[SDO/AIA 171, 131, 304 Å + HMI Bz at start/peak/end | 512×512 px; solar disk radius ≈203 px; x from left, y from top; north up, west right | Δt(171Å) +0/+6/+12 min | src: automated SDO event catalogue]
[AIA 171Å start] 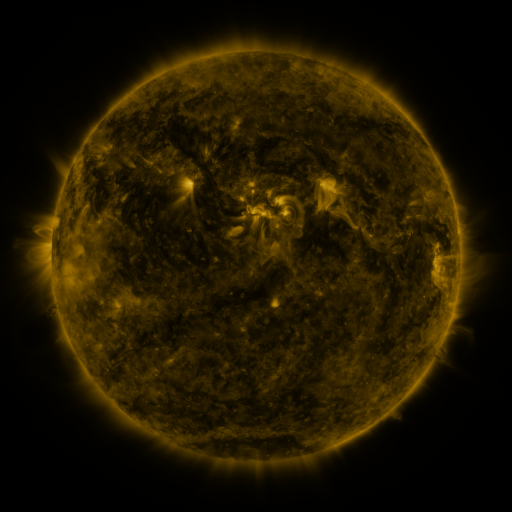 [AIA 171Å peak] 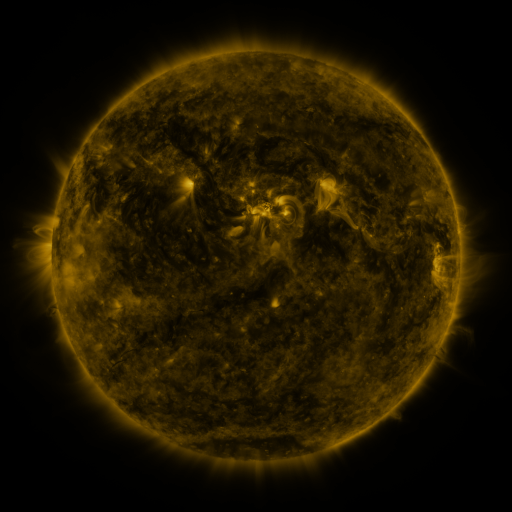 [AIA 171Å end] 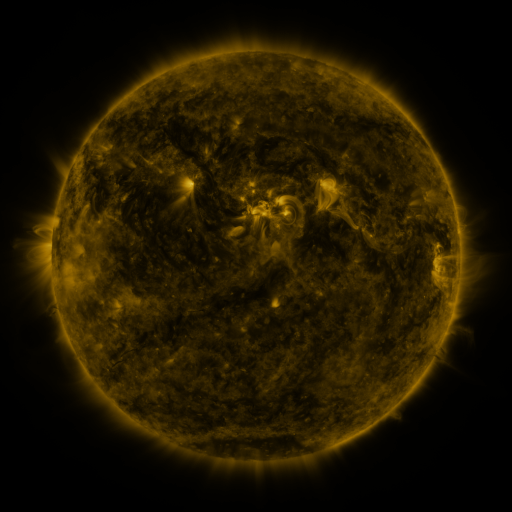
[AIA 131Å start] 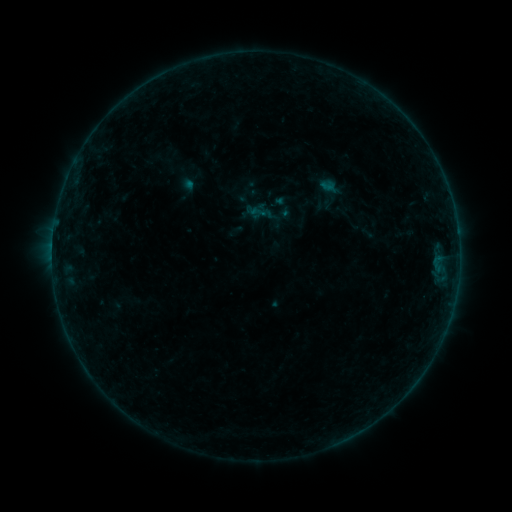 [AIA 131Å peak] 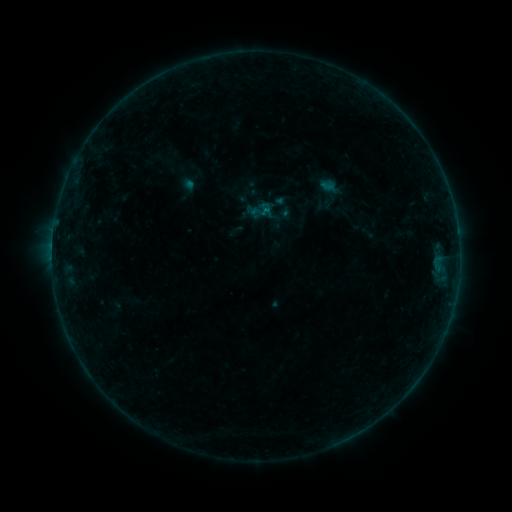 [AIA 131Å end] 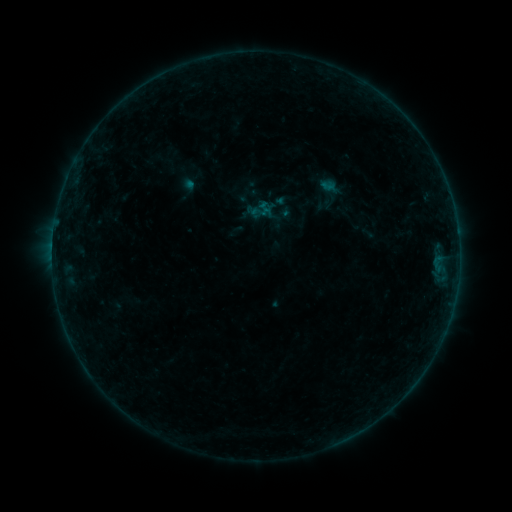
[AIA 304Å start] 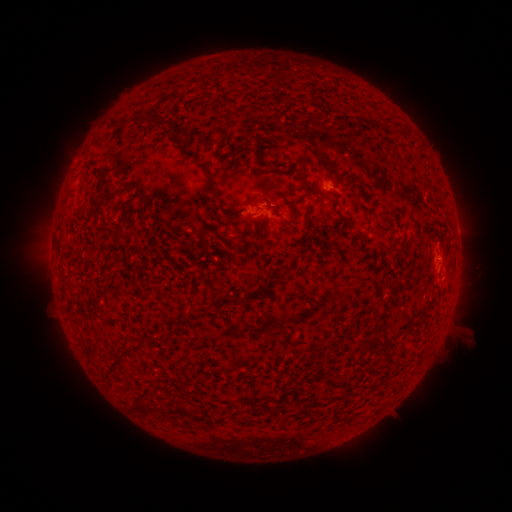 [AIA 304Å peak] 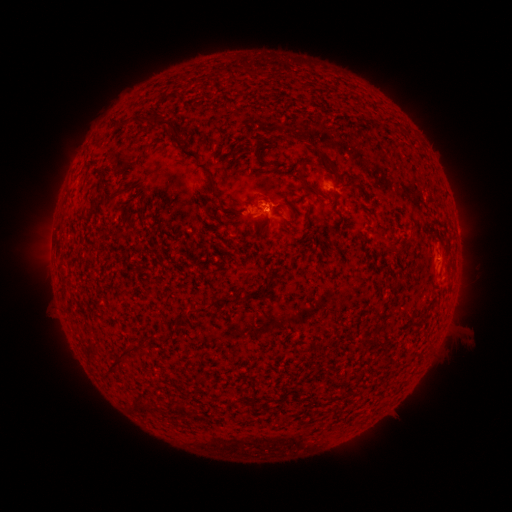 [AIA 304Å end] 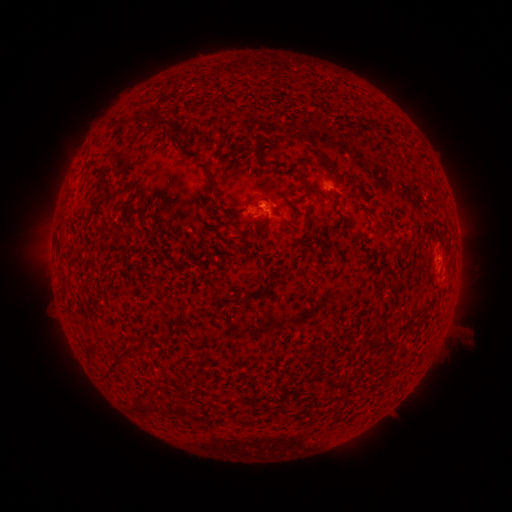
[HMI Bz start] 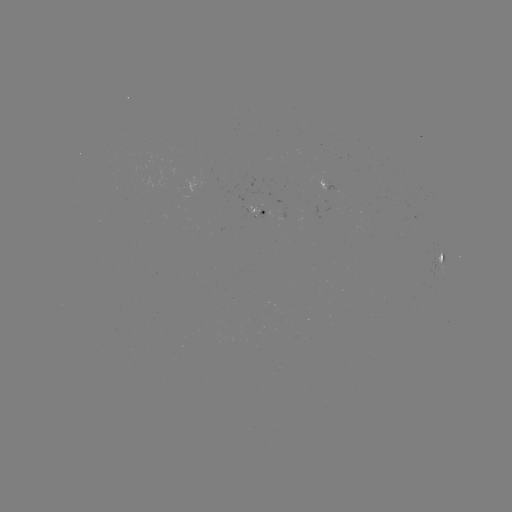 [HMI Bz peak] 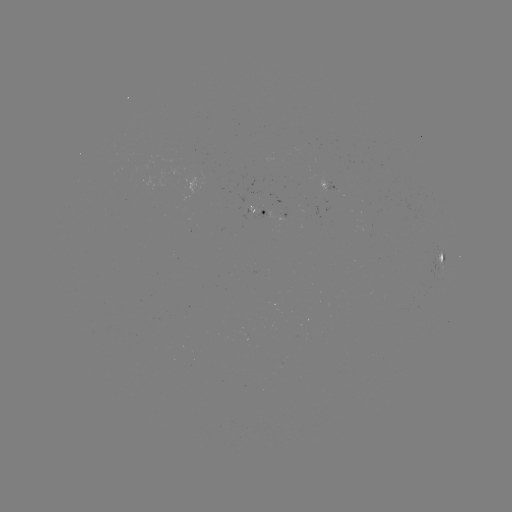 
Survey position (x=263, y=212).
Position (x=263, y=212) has B1.3 flare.